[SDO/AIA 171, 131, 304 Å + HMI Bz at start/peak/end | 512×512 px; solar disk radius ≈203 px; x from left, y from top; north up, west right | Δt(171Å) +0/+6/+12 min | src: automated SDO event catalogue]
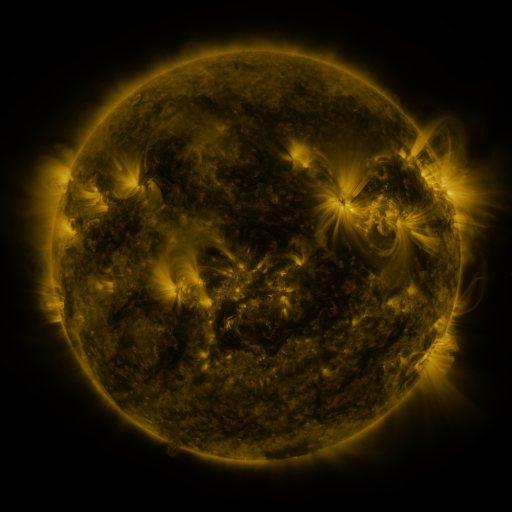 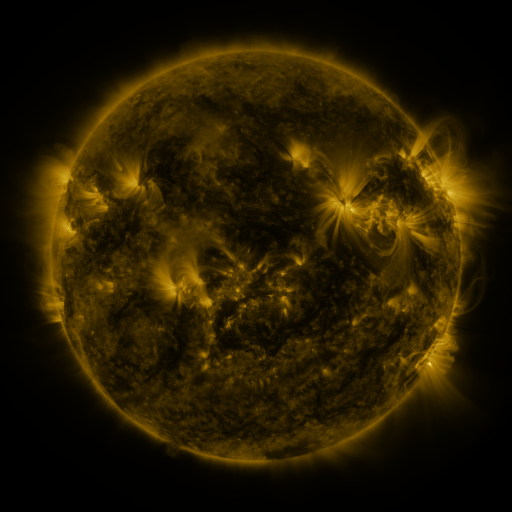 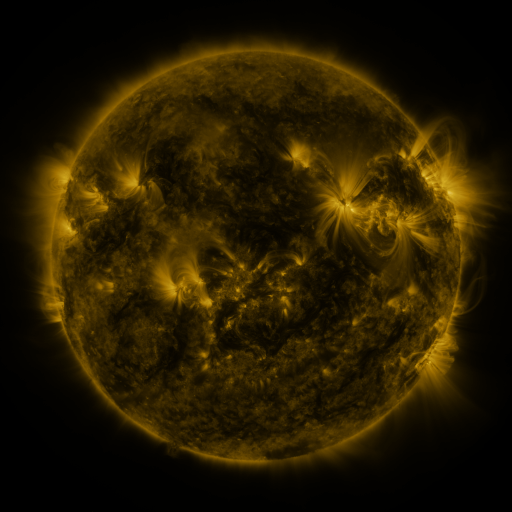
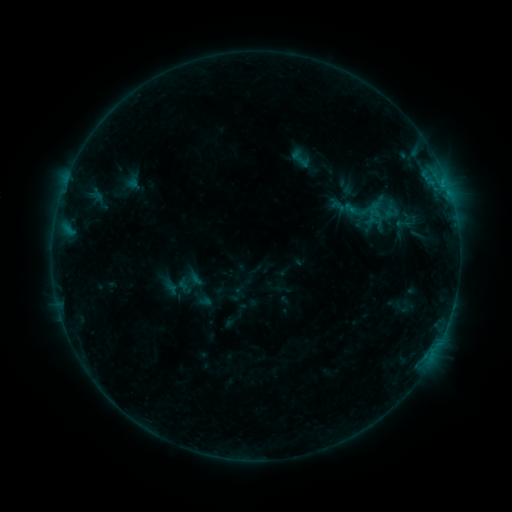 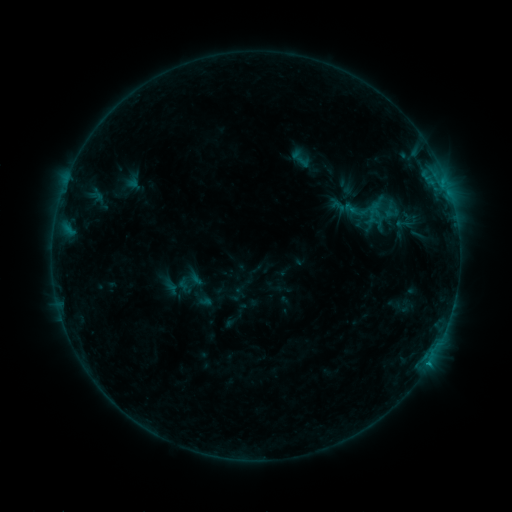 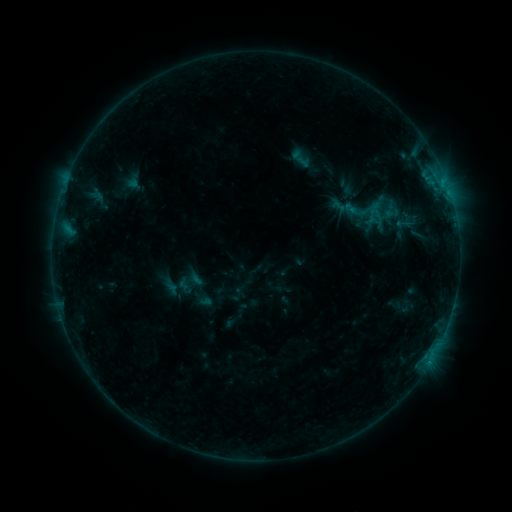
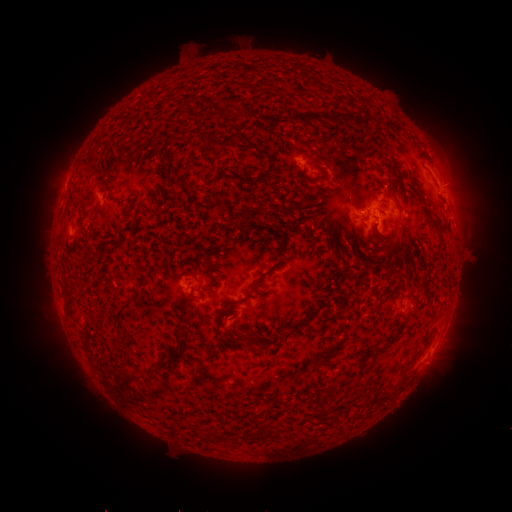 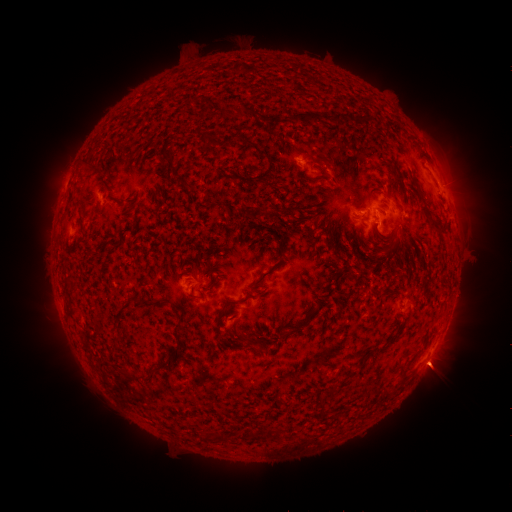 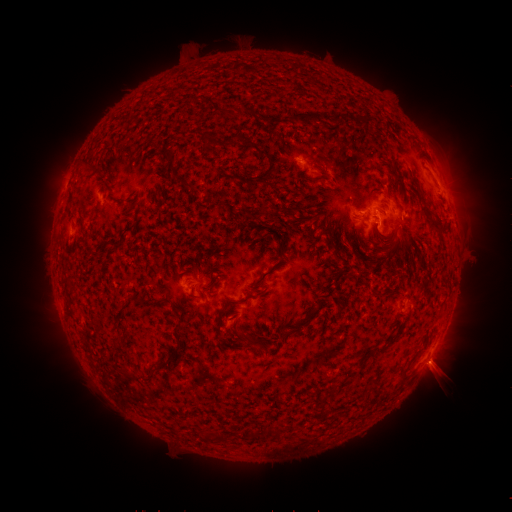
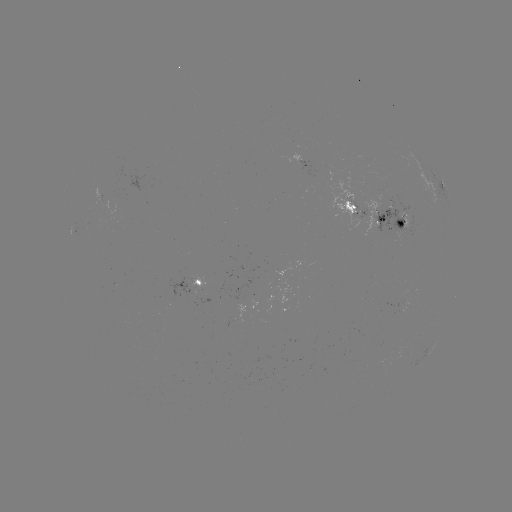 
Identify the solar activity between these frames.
B5.1 flare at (429, 359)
